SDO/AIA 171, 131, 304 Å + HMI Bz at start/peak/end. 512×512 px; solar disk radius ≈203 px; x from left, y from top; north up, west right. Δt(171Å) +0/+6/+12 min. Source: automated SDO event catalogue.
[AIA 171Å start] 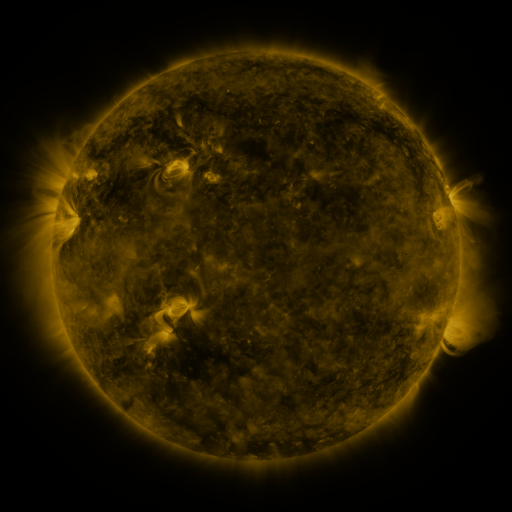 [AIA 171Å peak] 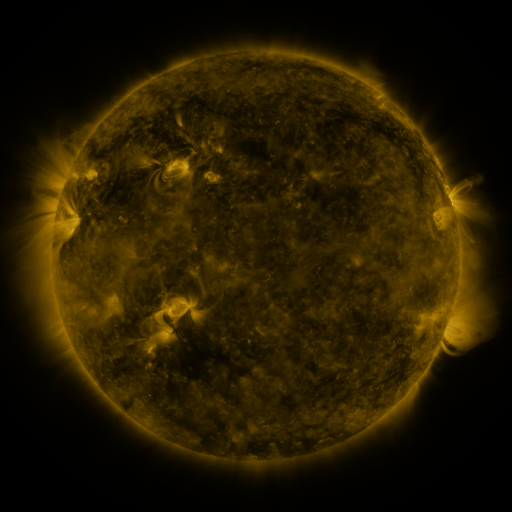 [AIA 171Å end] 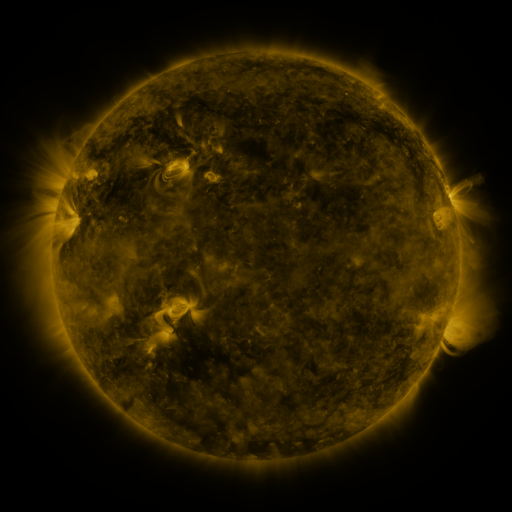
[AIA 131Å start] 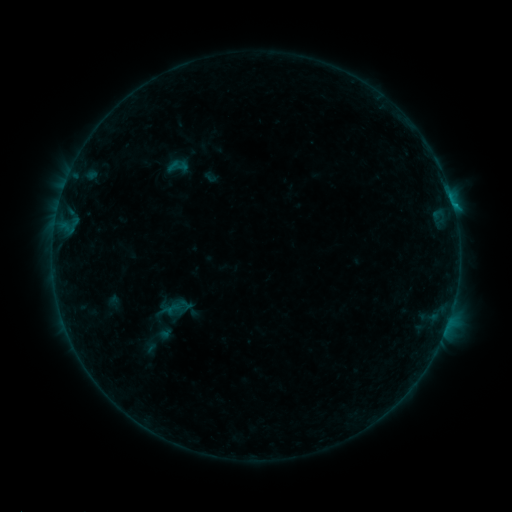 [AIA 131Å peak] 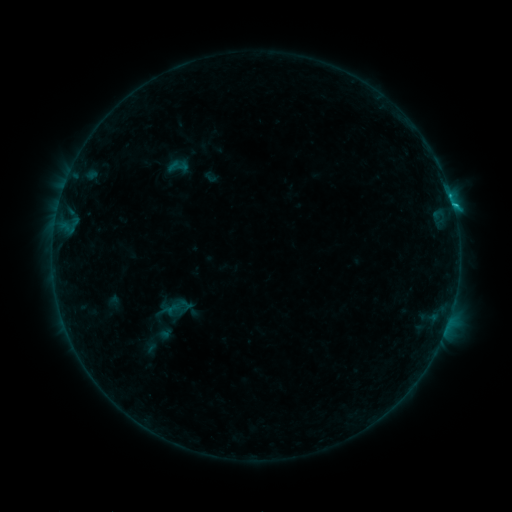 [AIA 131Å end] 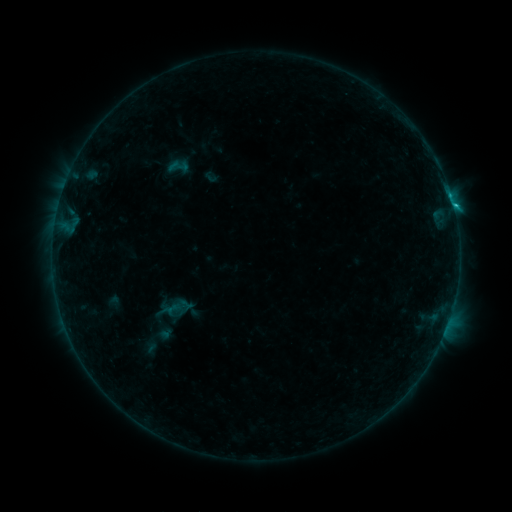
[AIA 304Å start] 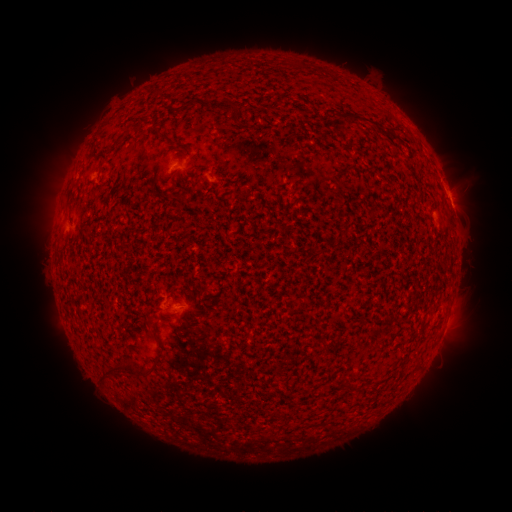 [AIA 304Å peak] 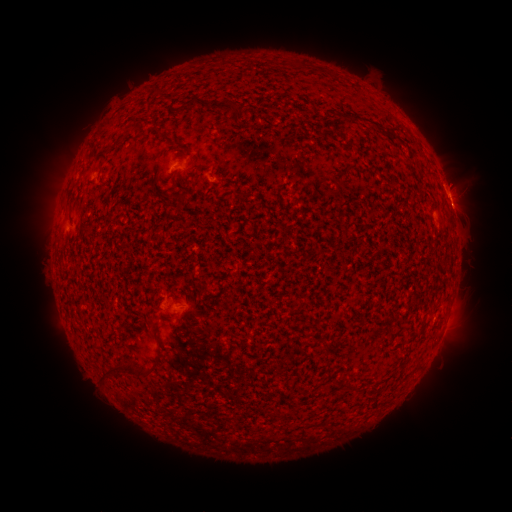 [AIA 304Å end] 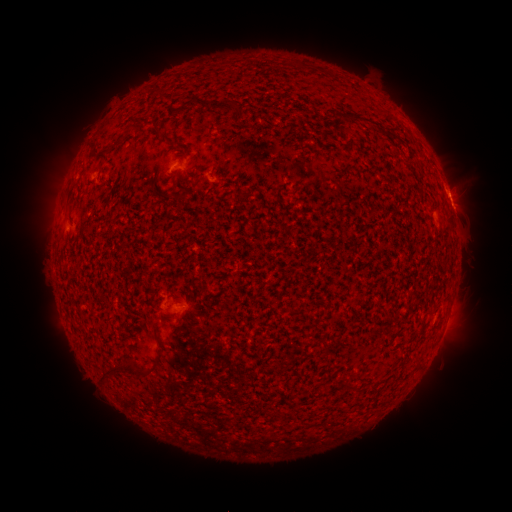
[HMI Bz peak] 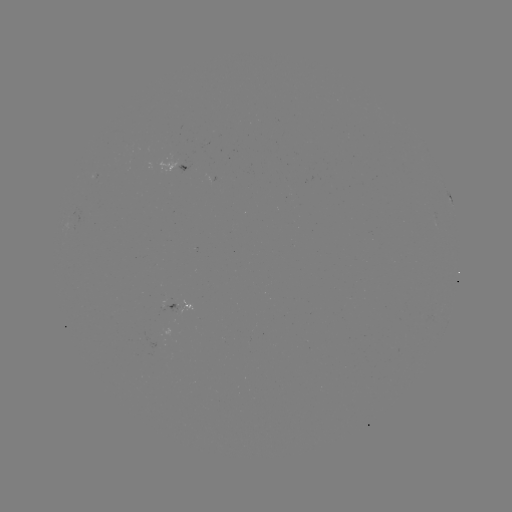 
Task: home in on B7.9 flare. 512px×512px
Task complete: [450, 198].